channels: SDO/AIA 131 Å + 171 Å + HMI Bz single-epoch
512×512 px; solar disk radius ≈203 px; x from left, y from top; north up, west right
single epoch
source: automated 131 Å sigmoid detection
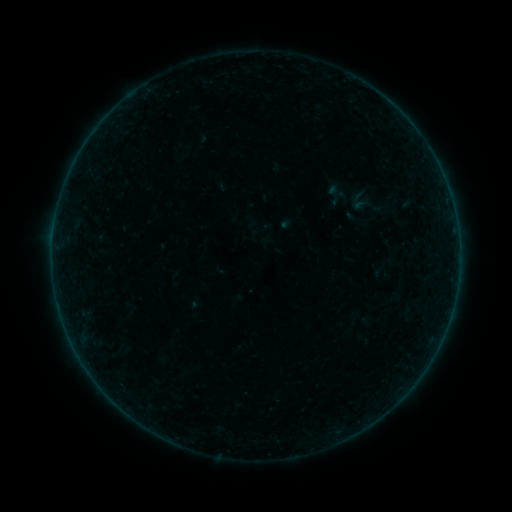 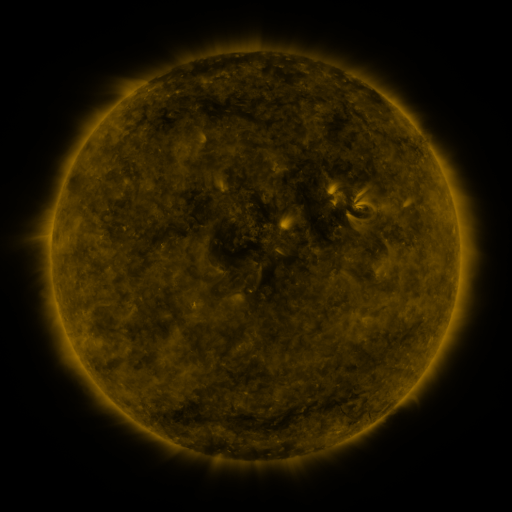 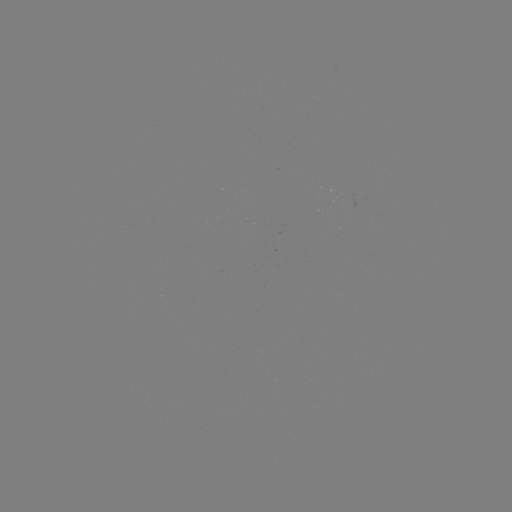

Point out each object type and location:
sigmoid: (362, 200)
